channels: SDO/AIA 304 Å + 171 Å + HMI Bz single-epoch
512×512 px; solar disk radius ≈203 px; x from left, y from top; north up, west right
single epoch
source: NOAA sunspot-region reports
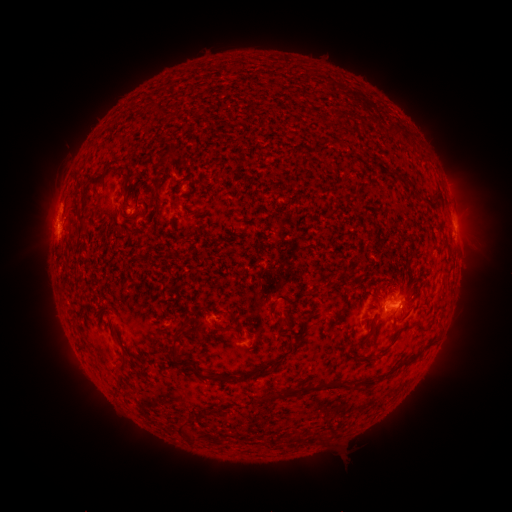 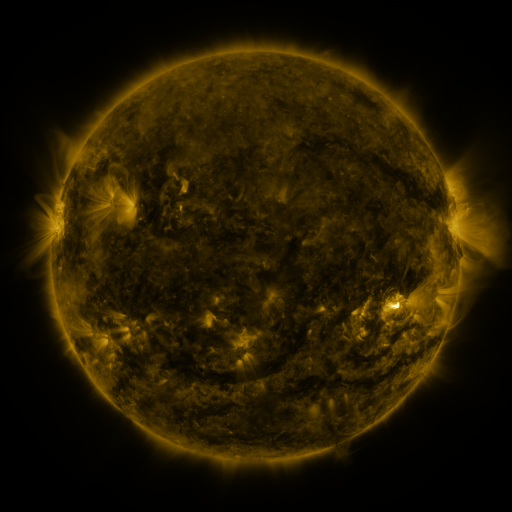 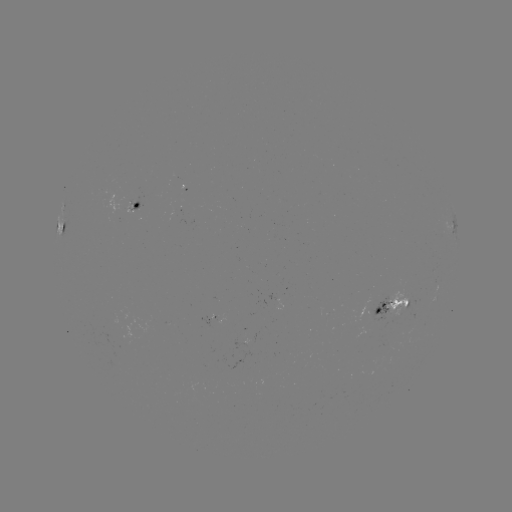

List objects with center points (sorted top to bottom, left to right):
spotted active region: (138, 203)
spotted active region: (64, 218)
spotted active region: (454, 224)
spotted active region: (391, 301)
